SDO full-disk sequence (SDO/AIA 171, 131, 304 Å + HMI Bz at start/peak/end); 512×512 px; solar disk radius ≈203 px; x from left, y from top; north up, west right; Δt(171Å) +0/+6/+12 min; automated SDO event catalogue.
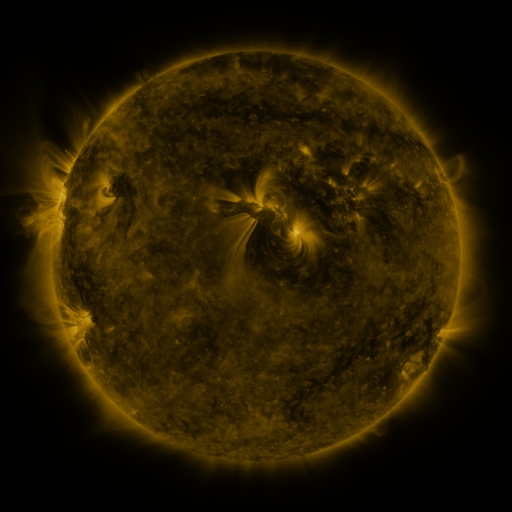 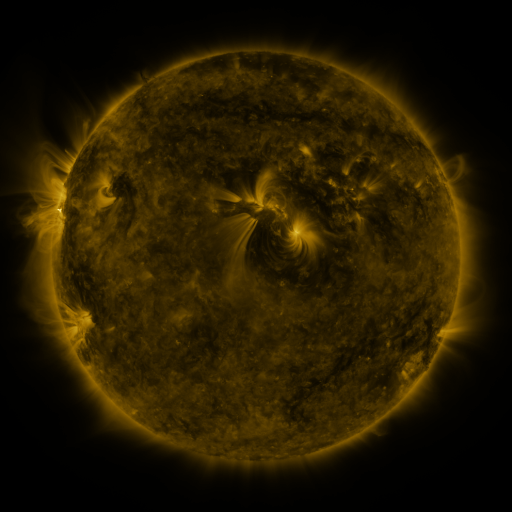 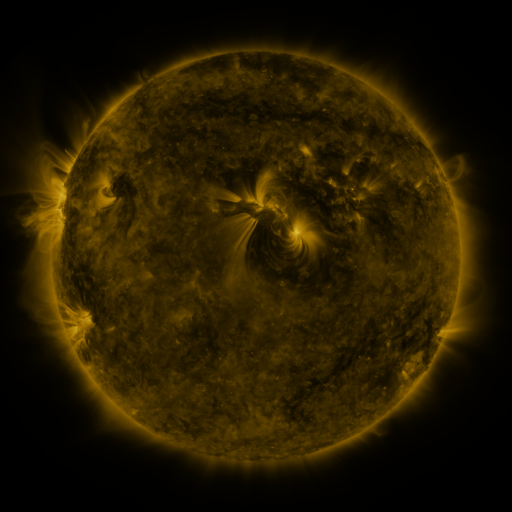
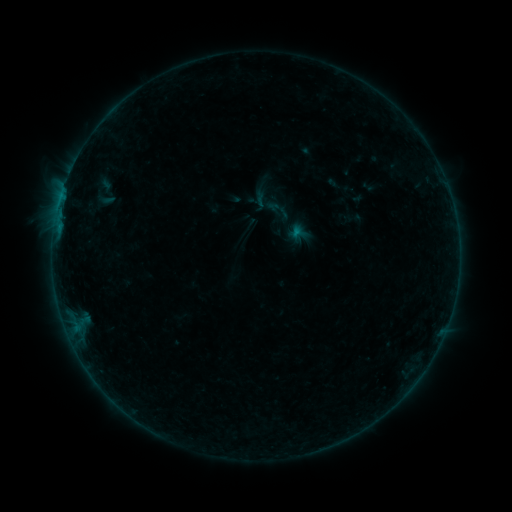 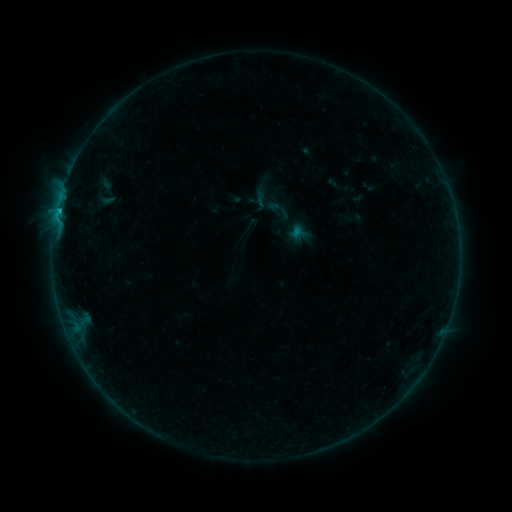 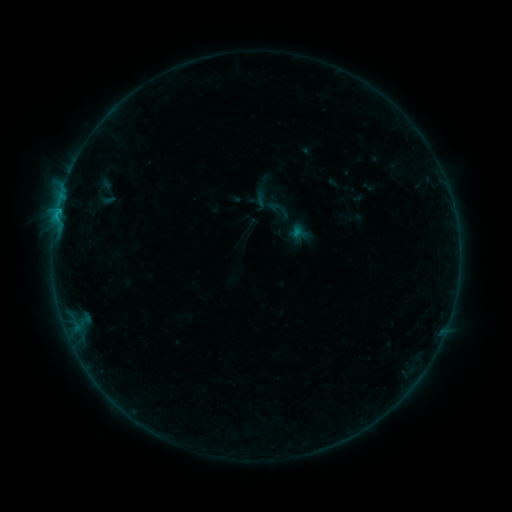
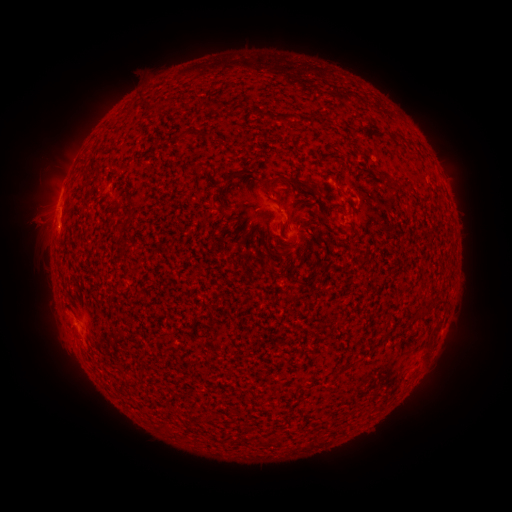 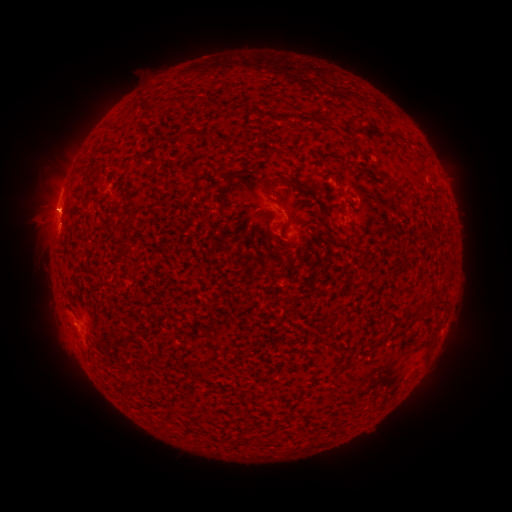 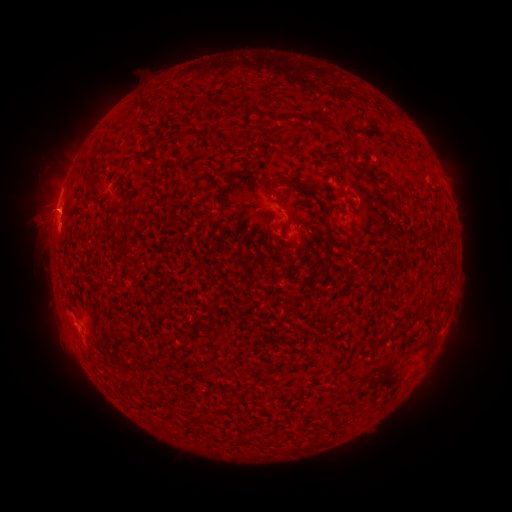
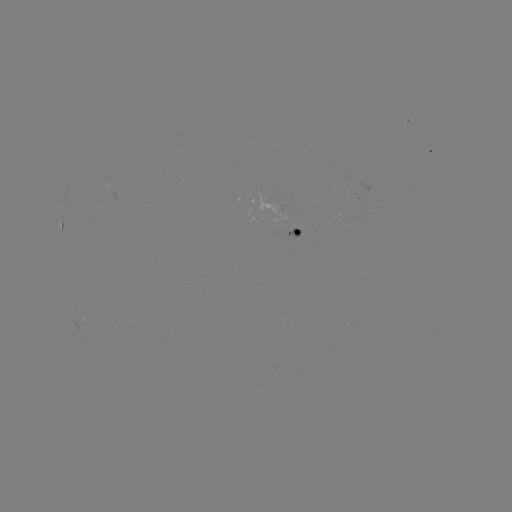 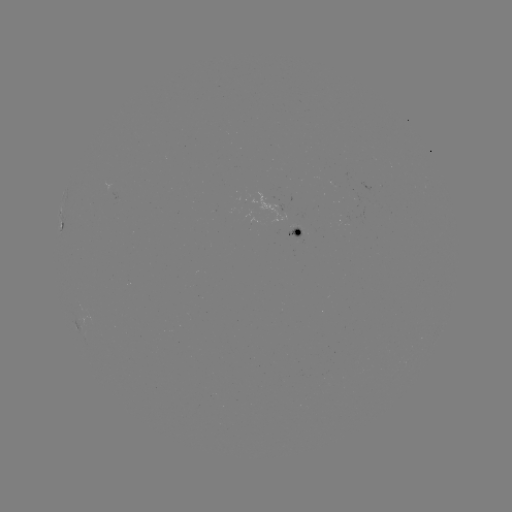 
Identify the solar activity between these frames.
B6.5 flare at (59, 213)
